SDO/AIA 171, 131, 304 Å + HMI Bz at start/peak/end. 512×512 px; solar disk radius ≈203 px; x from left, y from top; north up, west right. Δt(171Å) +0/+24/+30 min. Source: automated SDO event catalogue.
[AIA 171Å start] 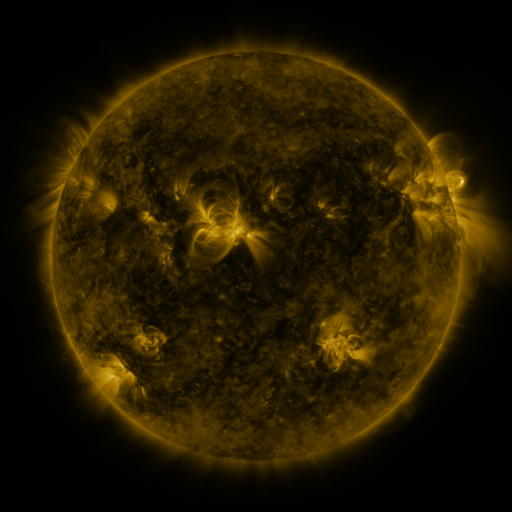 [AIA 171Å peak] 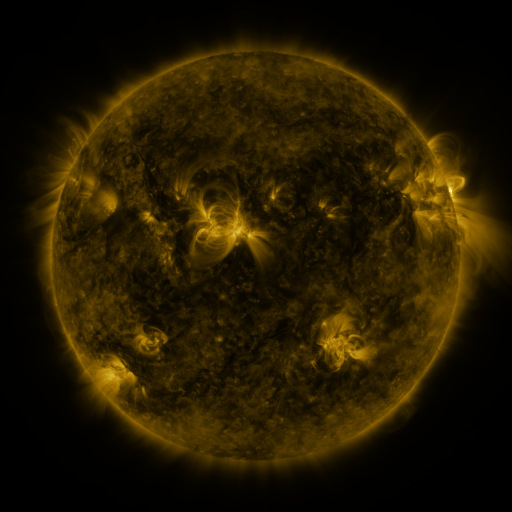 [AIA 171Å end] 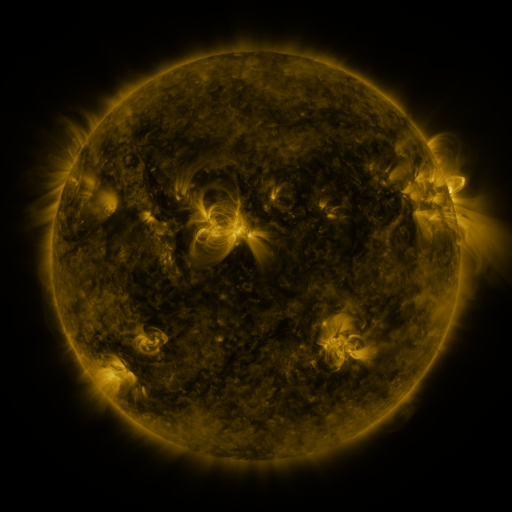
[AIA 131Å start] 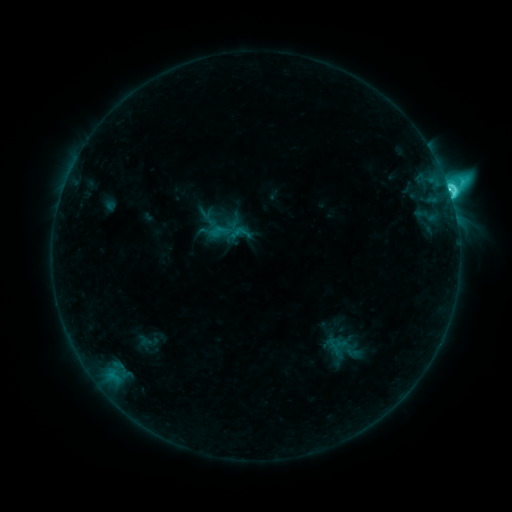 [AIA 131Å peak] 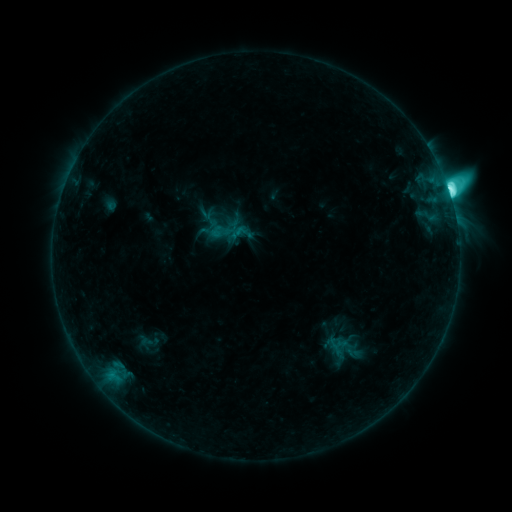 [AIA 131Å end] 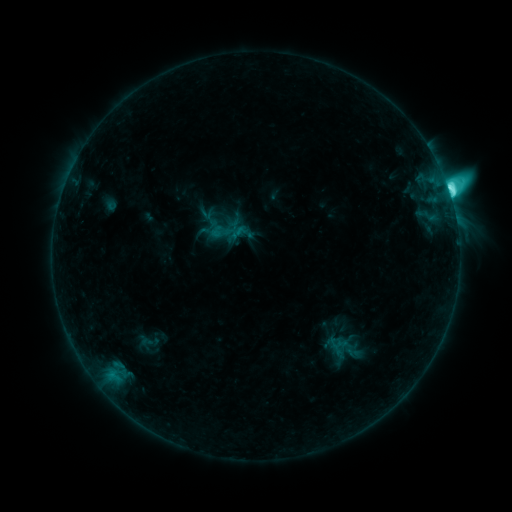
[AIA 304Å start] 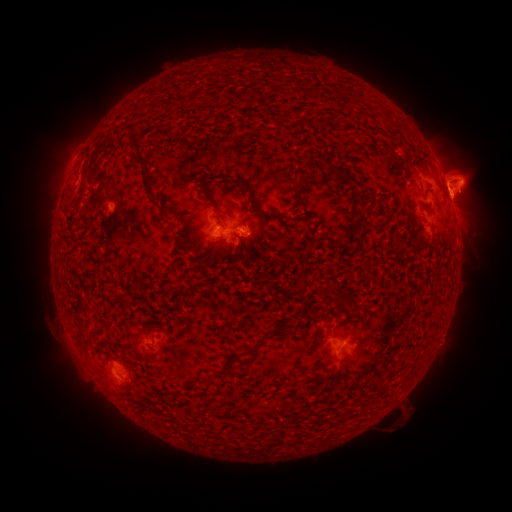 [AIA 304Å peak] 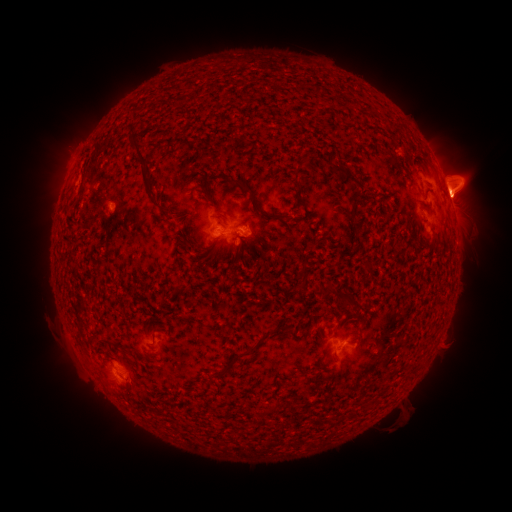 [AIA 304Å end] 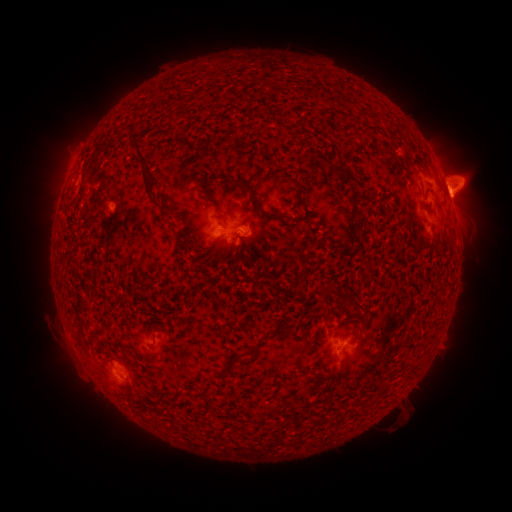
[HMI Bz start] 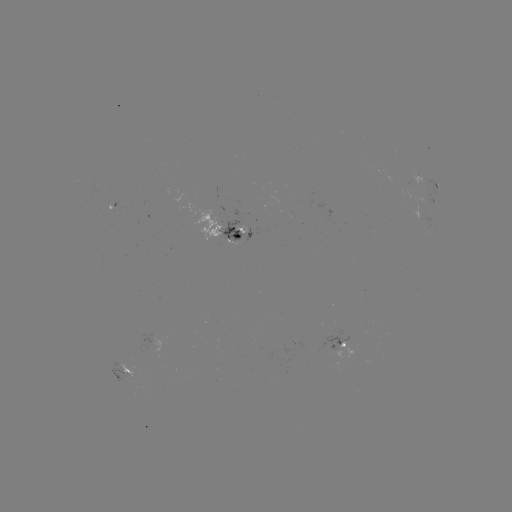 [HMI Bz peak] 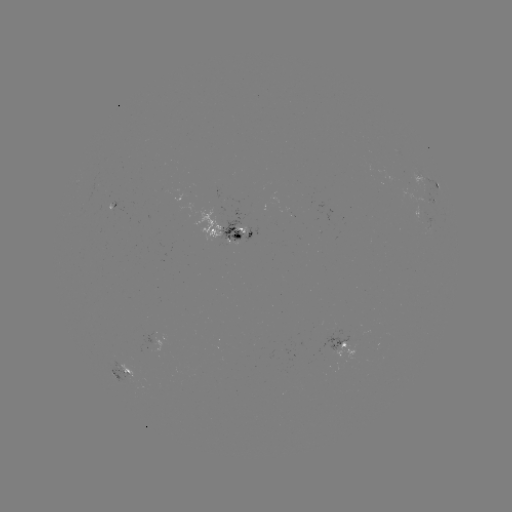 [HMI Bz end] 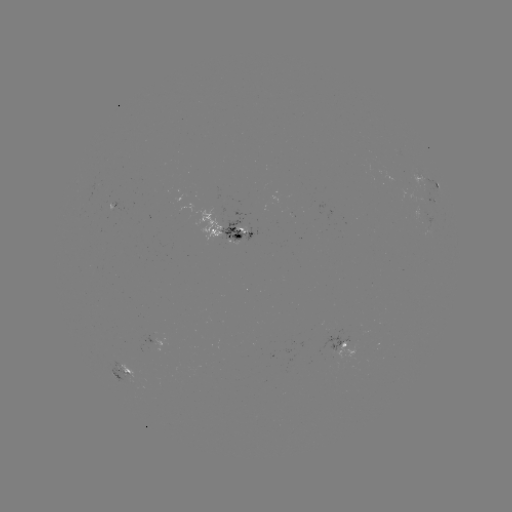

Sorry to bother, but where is M1.6 flare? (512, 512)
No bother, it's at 449,194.